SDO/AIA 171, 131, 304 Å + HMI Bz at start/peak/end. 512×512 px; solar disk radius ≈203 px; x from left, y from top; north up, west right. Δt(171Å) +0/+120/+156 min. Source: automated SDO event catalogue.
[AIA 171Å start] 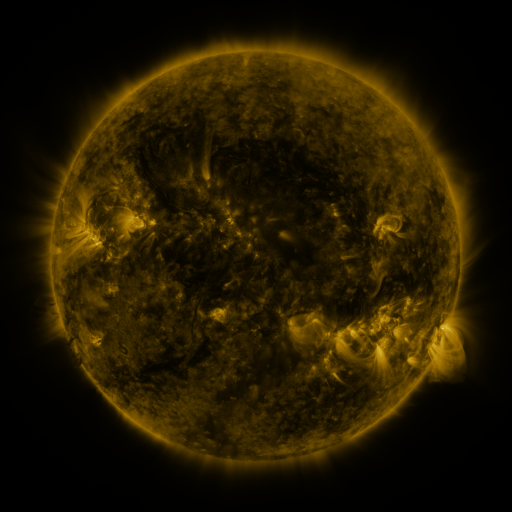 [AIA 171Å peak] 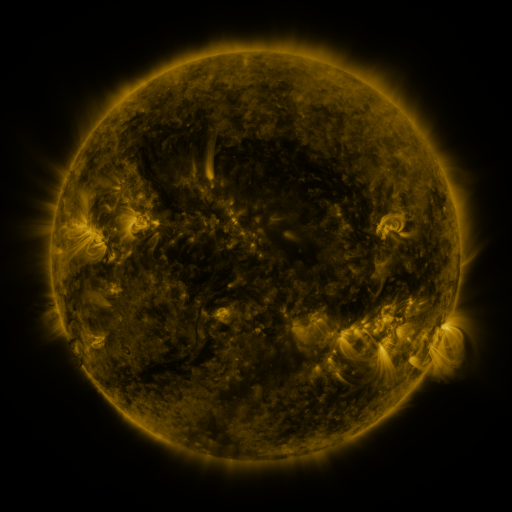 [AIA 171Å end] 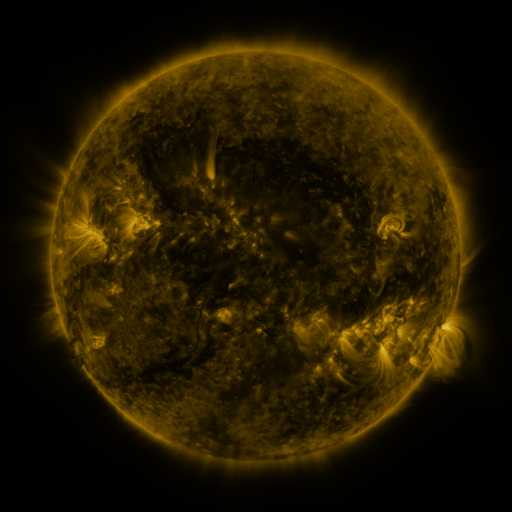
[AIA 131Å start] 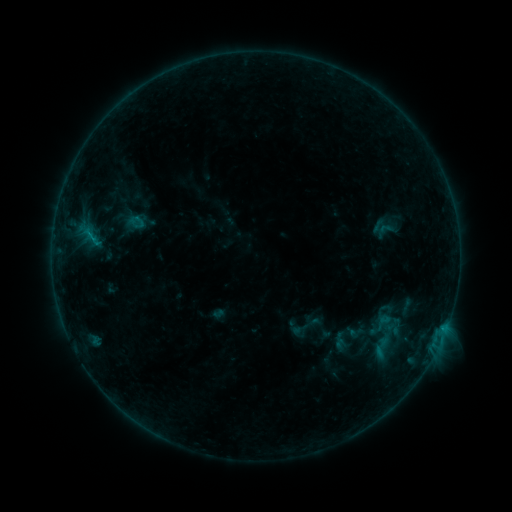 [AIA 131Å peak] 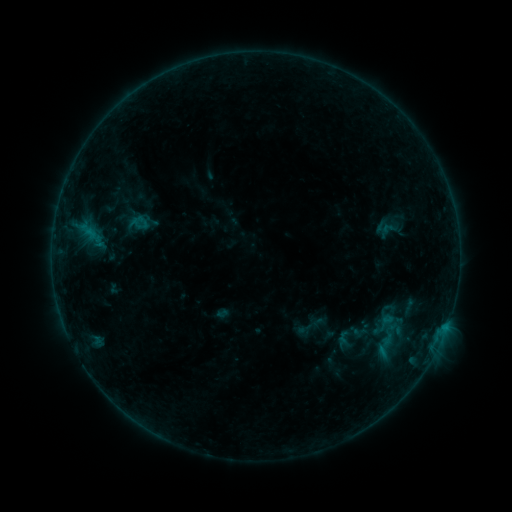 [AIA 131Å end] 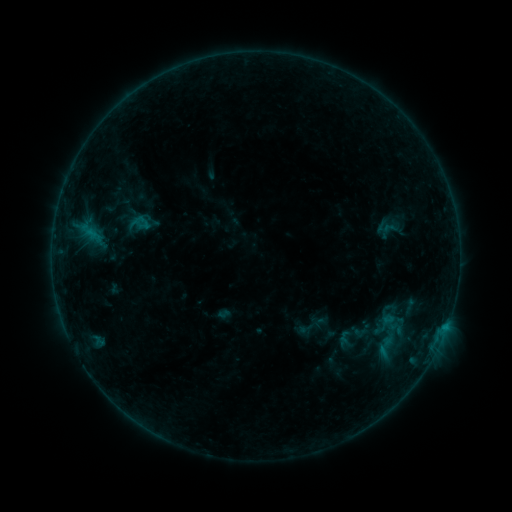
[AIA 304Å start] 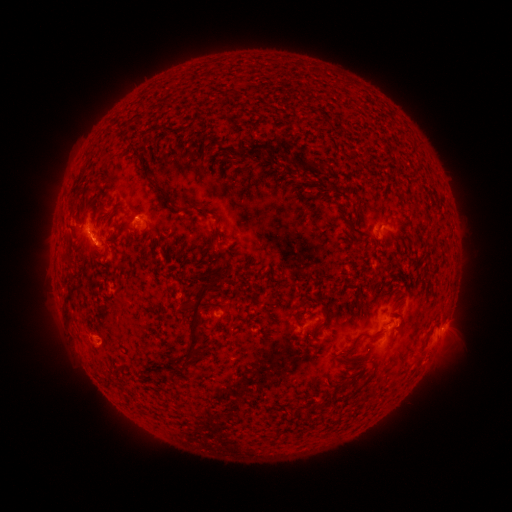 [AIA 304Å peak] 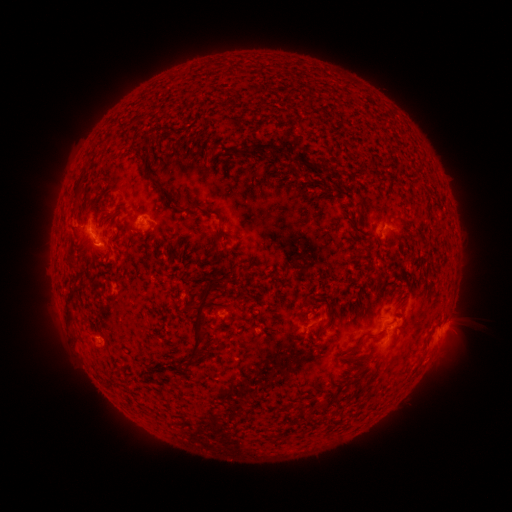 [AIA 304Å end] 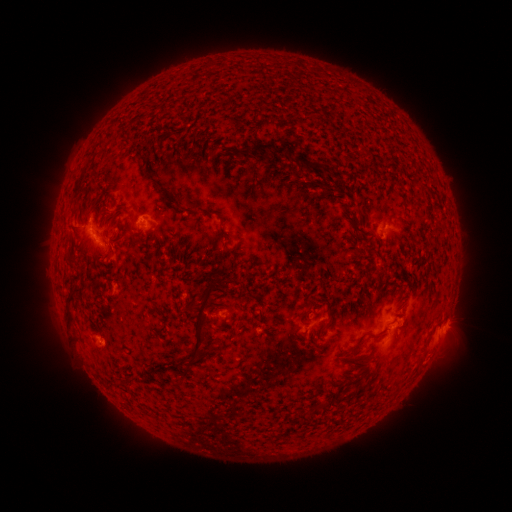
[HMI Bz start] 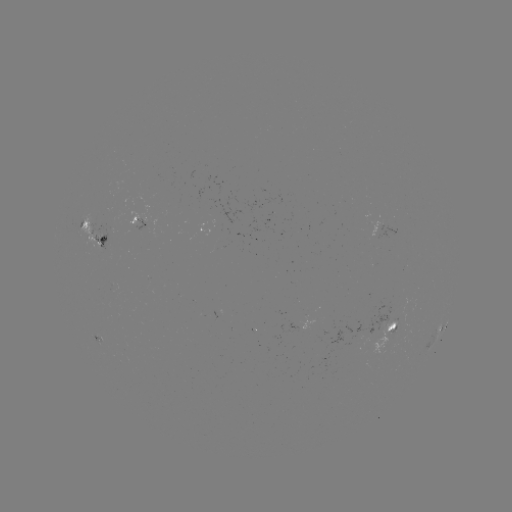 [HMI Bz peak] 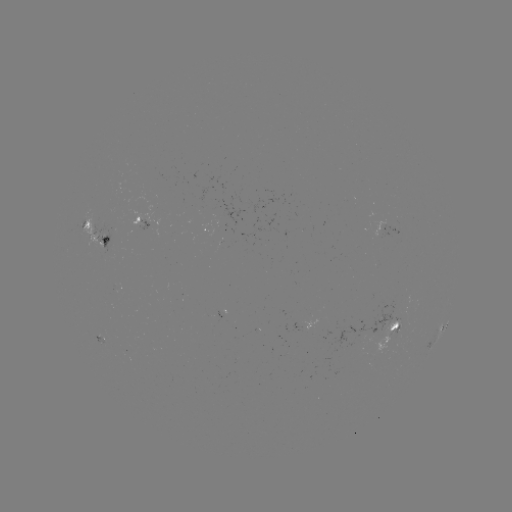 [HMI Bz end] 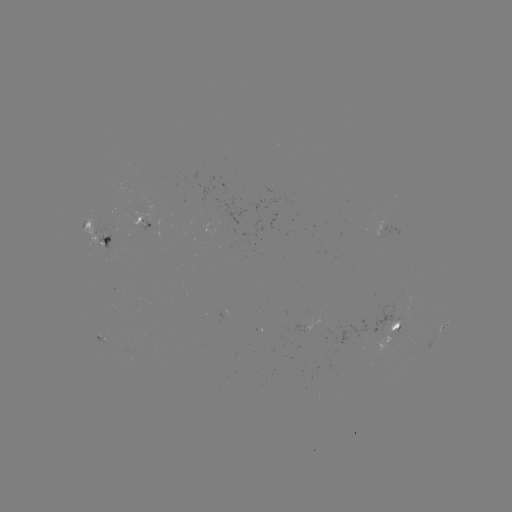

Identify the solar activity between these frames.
emerging-flux region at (389, 315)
